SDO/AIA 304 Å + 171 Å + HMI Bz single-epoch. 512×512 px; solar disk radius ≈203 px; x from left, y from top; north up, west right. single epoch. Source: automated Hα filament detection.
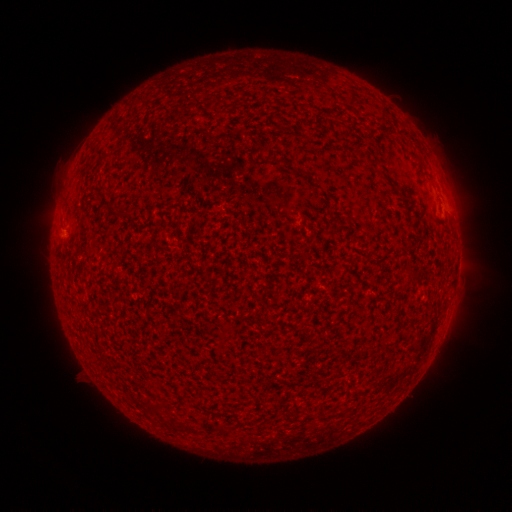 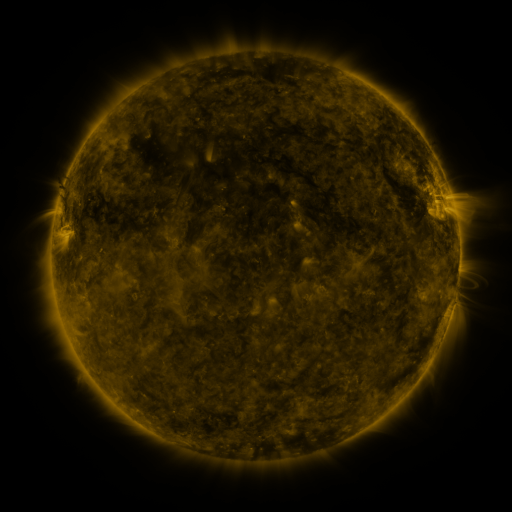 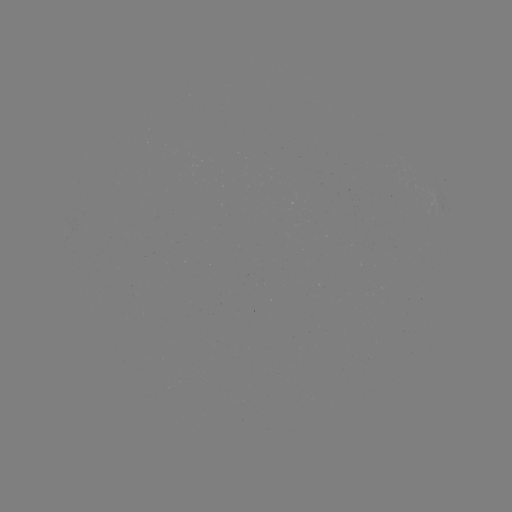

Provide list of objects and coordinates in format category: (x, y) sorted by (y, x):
filament: (116, 214)
filament: (151, 325)
filament: (130, 335)
filament: (106, 339)
filament: (163, 348)
filament: (172, 378)
filament: (153, 412)
